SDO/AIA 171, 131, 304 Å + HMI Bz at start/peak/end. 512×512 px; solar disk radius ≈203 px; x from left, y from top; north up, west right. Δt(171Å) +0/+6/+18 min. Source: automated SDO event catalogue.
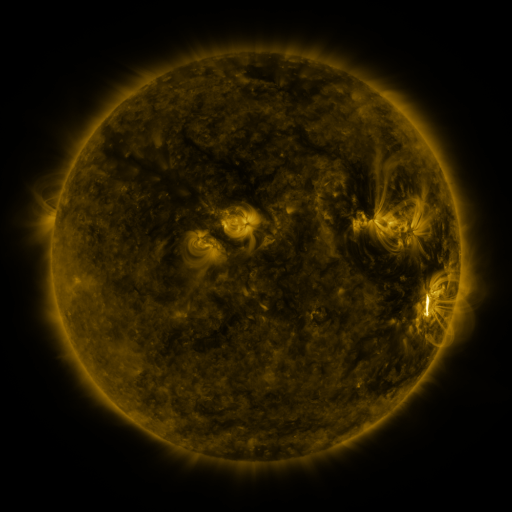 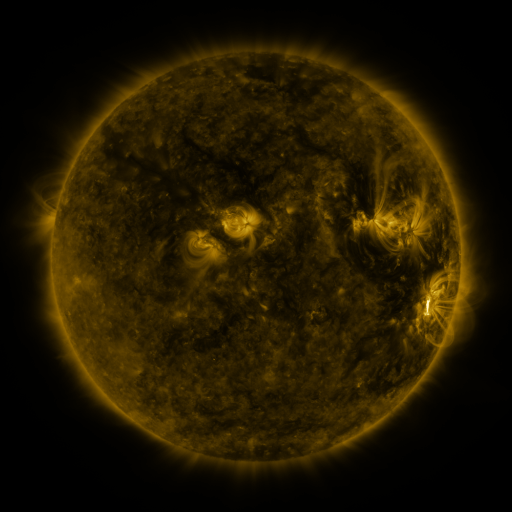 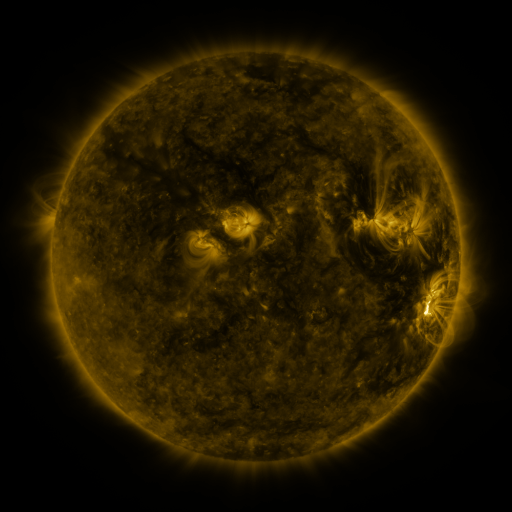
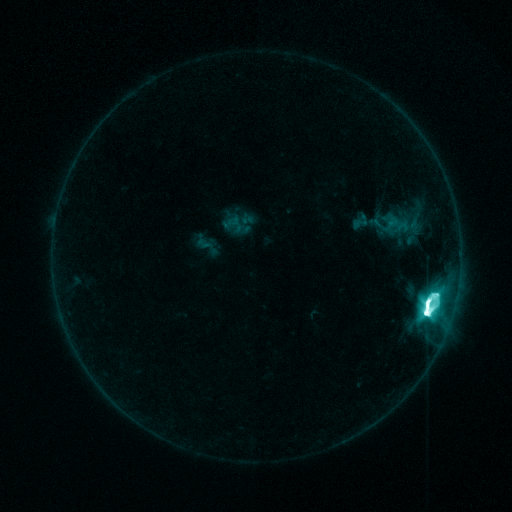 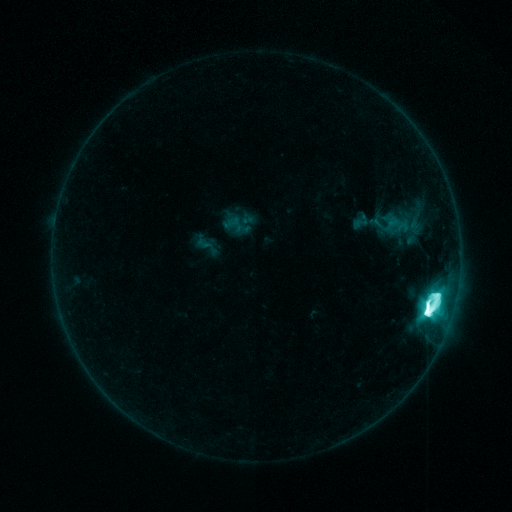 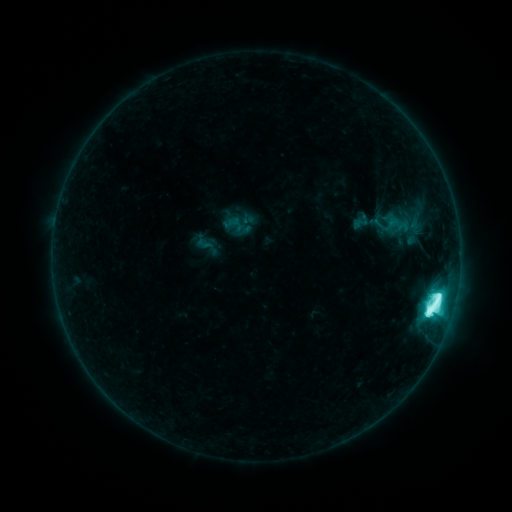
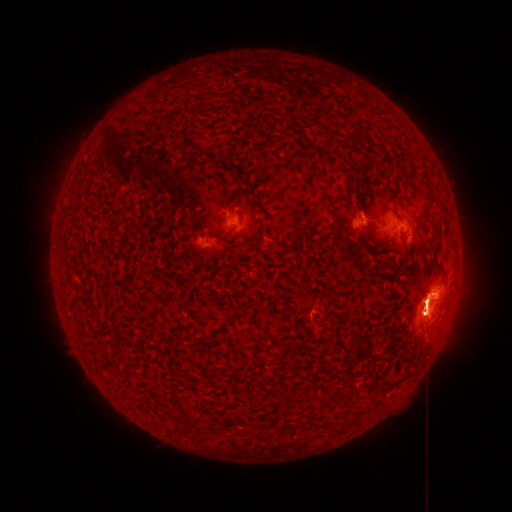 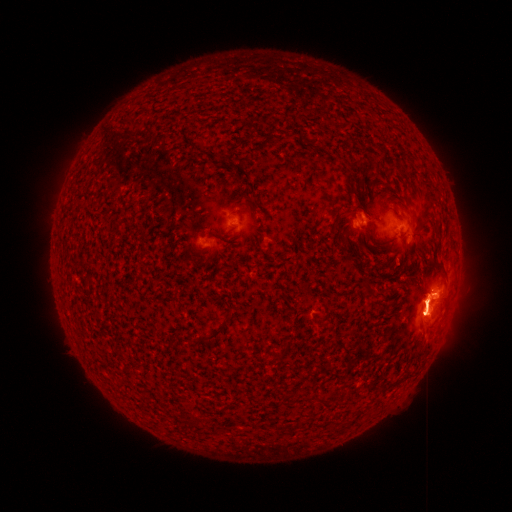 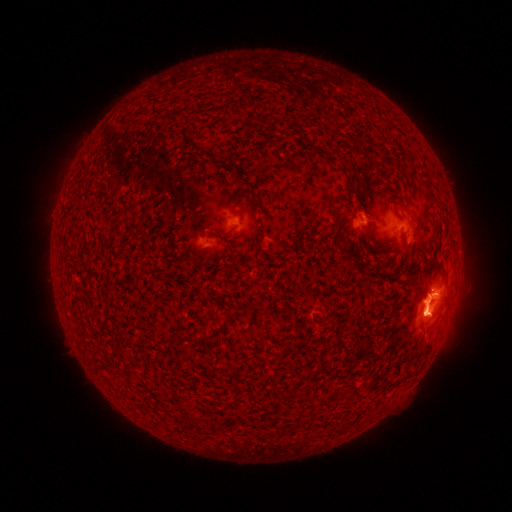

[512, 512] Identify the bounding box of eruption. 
[48, 63, 468, 445].